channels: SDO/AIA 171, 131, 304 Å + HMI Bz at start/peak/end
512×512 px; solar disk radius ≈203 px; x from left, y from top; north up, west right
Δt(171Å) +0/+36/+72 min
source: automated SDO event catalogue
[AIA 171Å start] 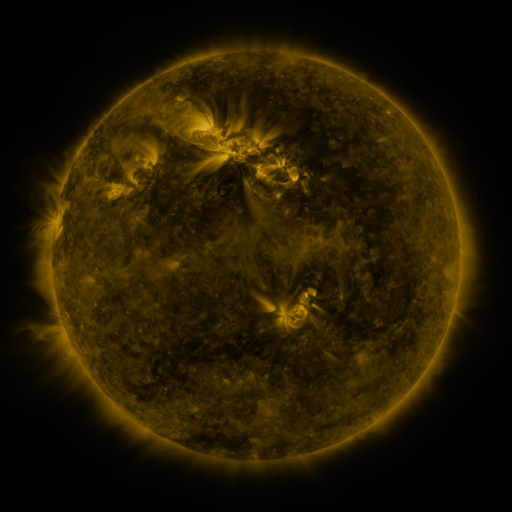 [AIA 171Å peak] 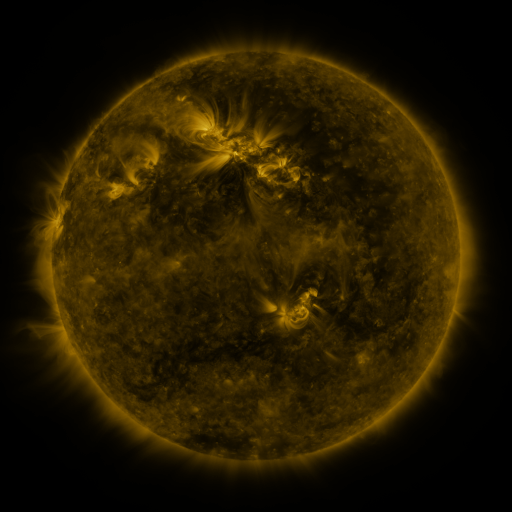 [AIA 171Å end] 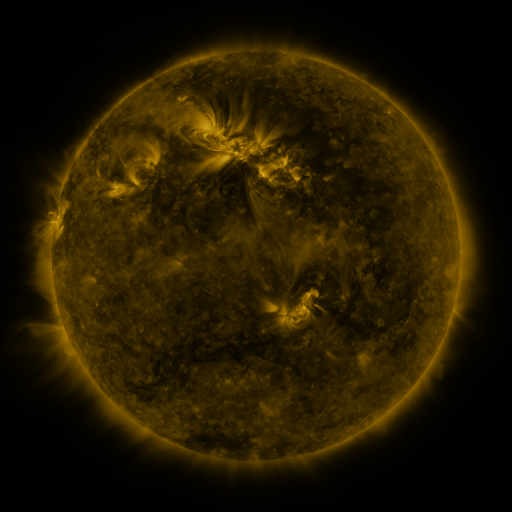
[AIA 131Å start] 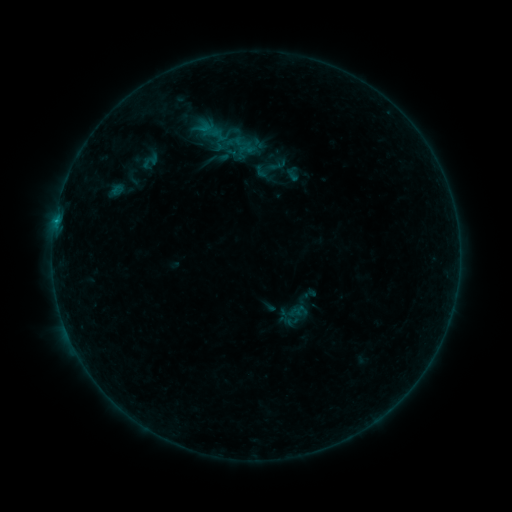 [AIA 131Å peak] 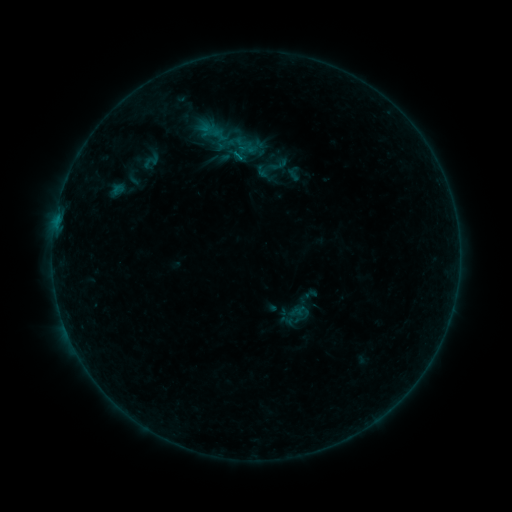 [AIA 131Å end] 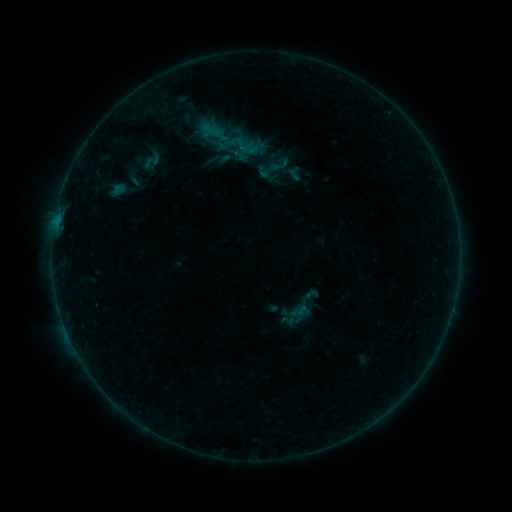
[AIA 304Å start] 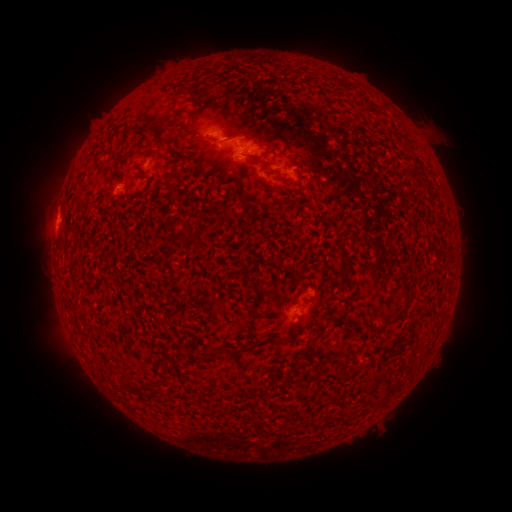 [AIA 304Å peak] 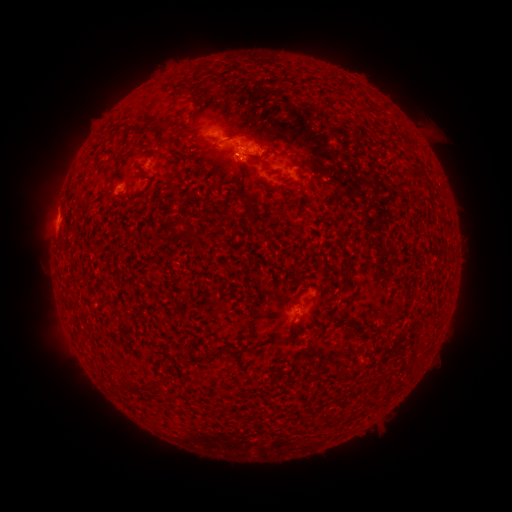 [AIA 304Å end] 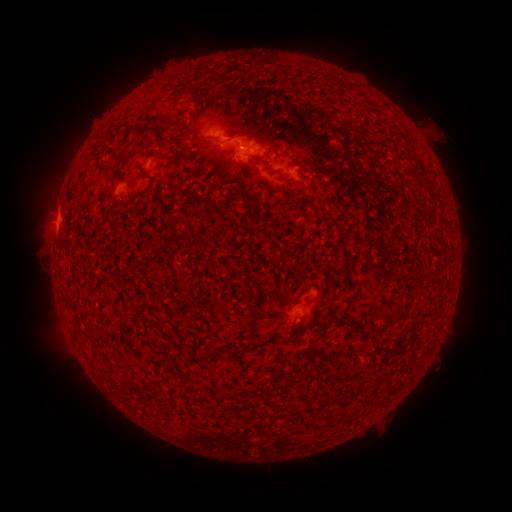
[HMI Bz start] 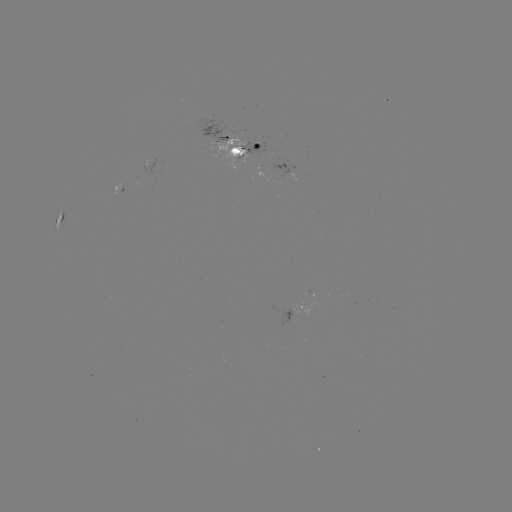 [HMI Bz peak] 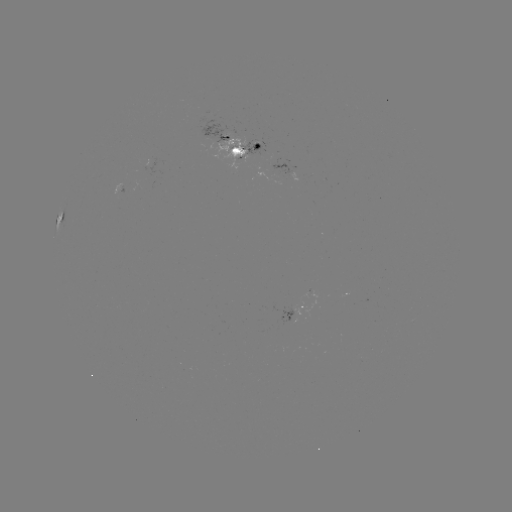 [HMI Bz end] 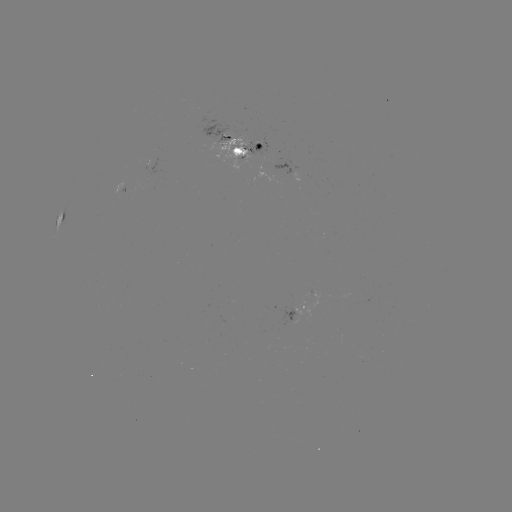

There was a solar emerging-flux region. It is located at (235, 162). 